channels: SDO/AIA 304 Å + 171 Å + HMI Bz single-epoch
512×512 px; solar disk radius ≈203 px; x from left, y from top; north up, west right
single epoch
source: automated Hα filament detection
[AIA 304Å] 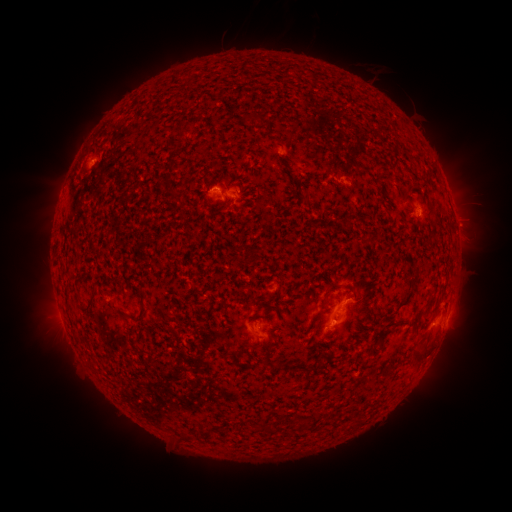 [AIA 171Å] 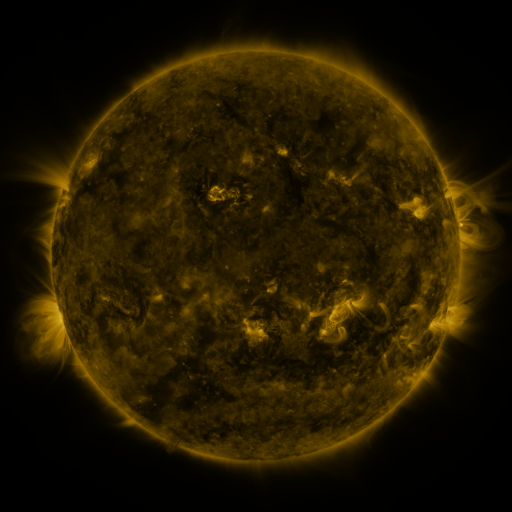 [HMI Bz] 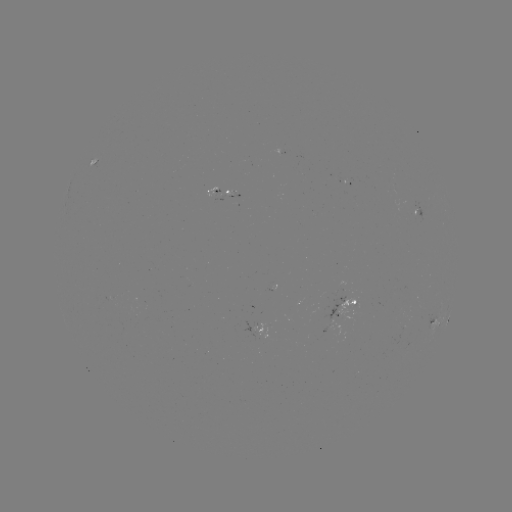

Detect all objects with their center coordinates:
filament: (243, 112, 262, 127)
filament: (173, 125, 185, 139)
filament: (161, 178, 178, 199)
filament: (323, 280, 338, 306)
filament: (342, 282, 355, 291)
filament: (82, 297, 95, 315)
filament: (111, 306, 149, 324)
filament: (413, 345, 429, 362)
filament: (273, 360, 312, 373)
filament: (265, 423, 275, 433)
